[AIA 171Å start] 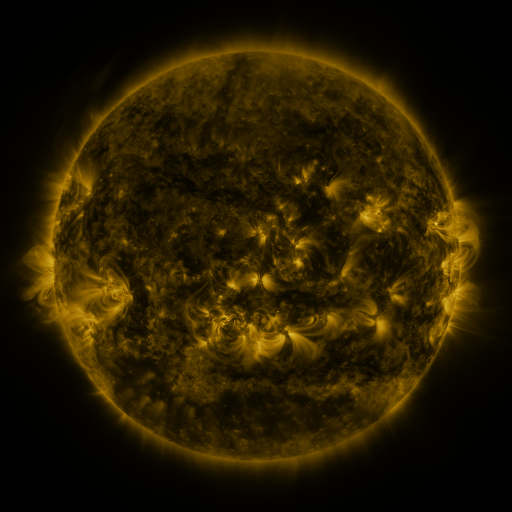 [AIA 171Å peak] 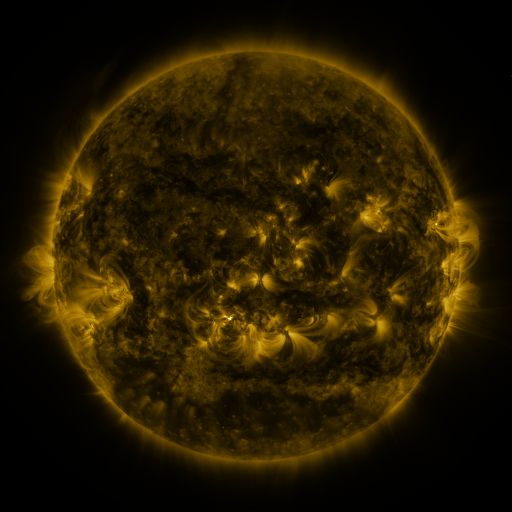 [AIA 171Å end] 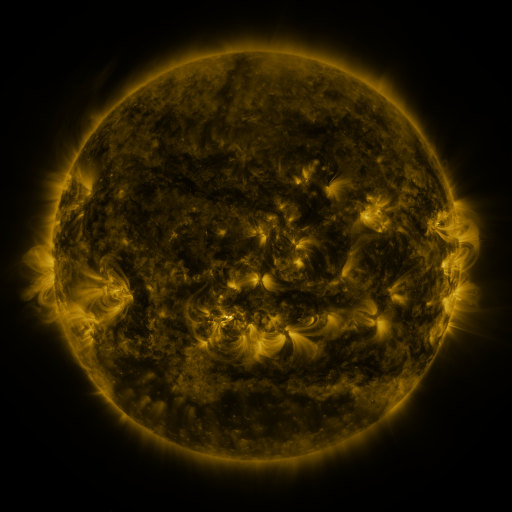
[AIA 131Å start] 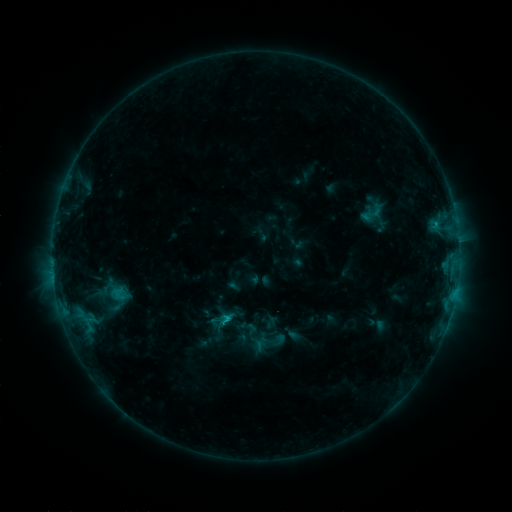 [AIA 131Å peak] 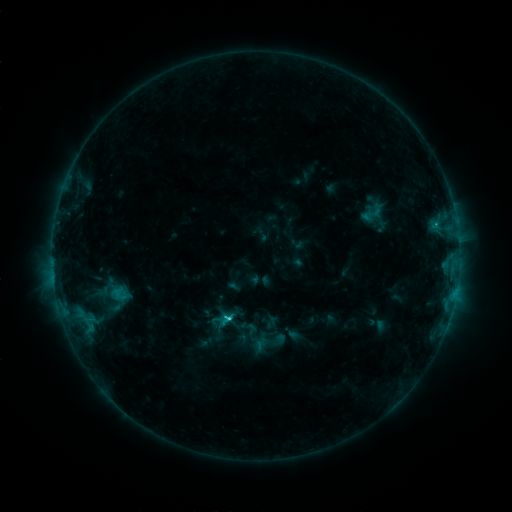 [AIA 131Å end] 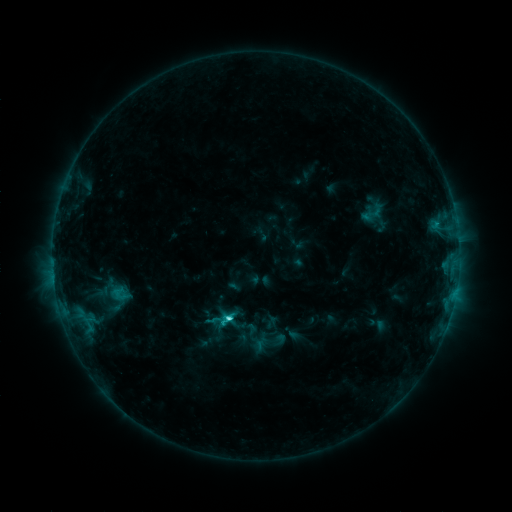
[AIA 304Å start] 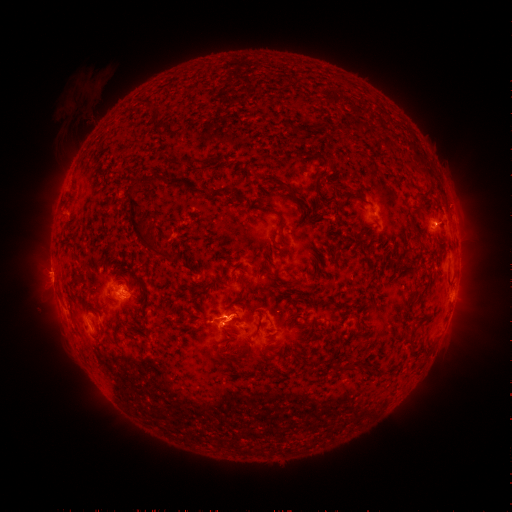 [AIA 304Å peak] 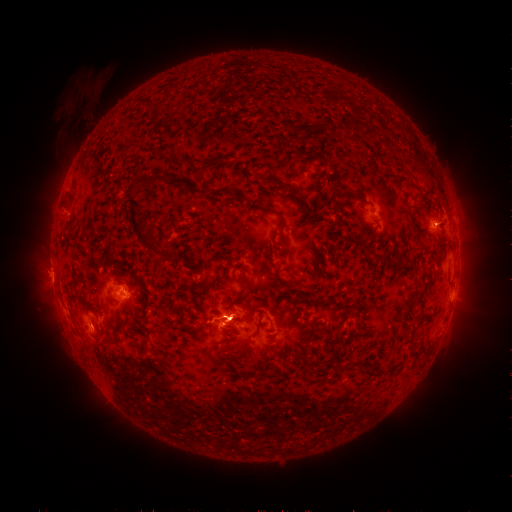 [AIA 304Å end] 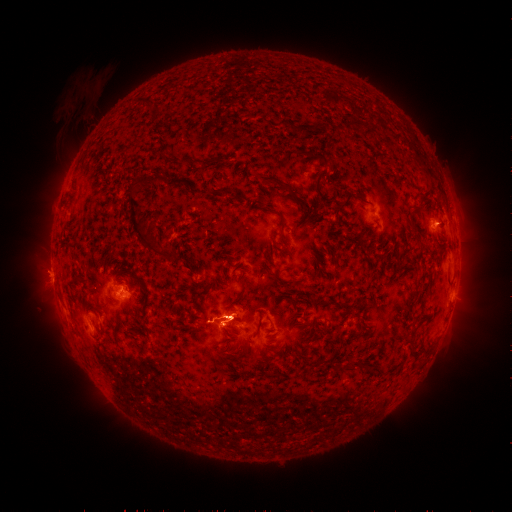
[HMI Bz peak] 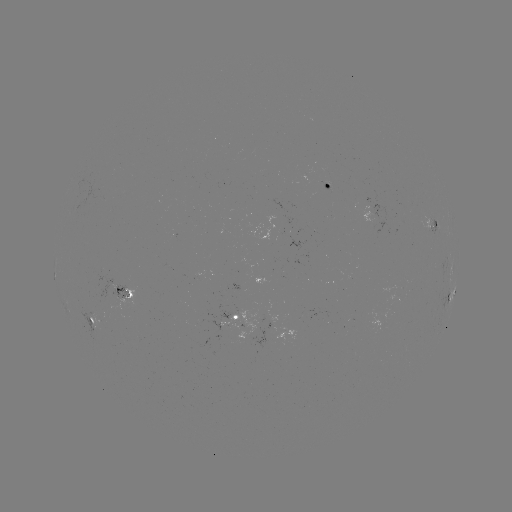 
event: eruption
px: (238, 318)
